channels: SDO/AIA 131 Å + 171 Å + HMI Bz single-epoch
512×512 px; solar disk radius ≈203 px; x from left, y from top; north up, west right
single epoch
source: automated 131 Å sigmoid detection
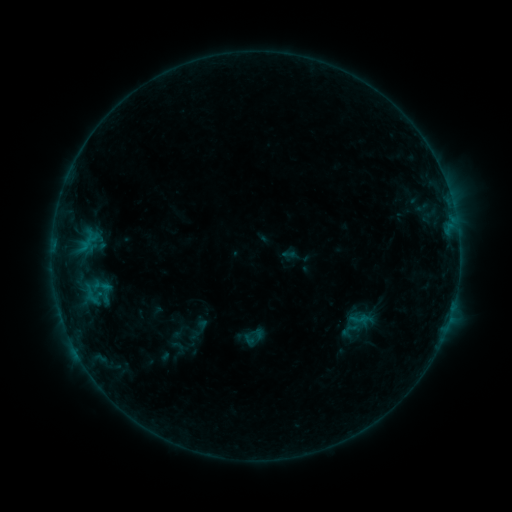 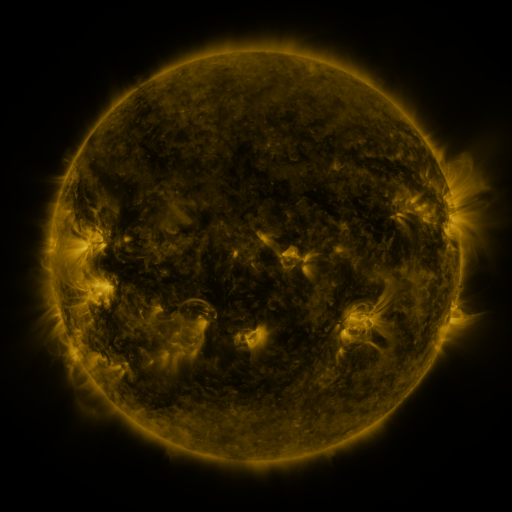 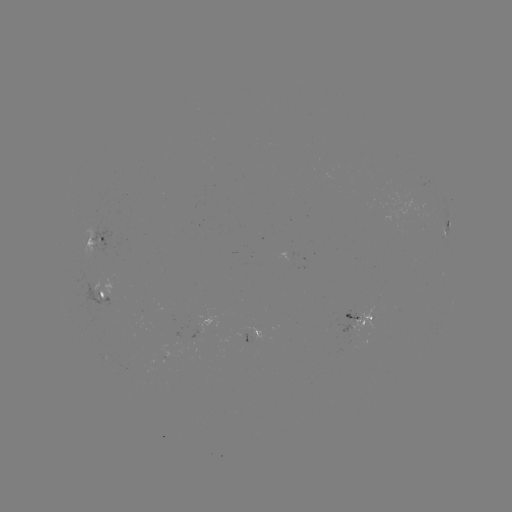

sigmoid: (92, 278, 119, 308)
